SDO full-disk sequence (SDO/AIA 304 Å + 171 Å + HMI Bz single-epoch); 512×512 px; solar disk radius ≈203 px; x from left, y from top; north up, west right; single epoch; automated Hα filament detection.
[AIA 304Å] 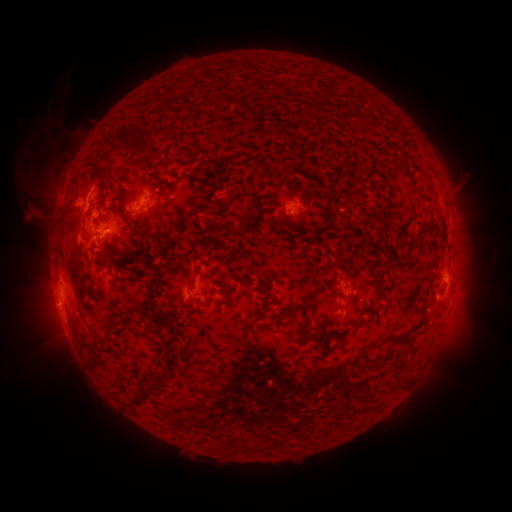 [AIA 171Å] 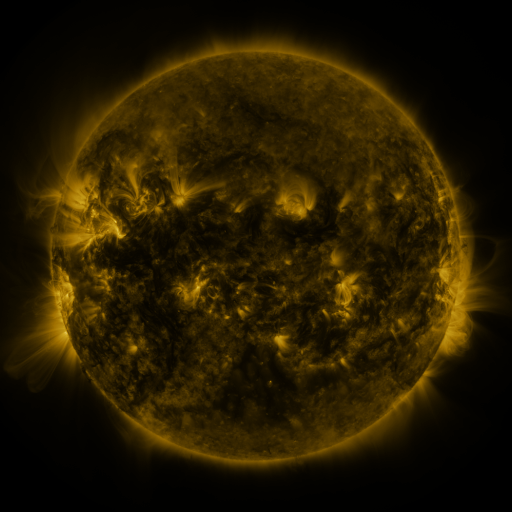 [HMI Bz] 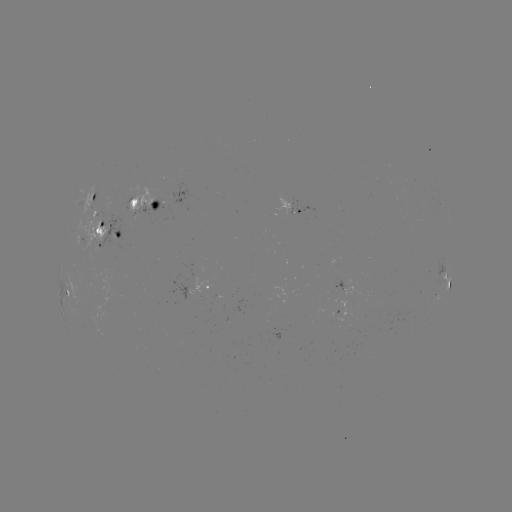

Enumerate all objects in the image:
filament: <bbox>143, 97, 160, 113</bbox>
filament: <bbox>113, 125, 146, 155</bbox>
filament: <bbox>81, 148, 101, 170</bbox>
filament: <bbox>282, 162, 294, 174</bbox>
filament: <bbox>87, 163, 110, 197</bbox>
filament: <bbox>86, 180, 97, 189</bbox>
filament: <bbox>128, 200, 136, 210</bbox>
filament: <bbox>118, 202, 126, 219</bbox>
filament: <bbox>94, 223, 104, 239</bbox>
filament: <bbox>136, 224, 147, 233</bbox>
filament: <bbox>115, 257, 140, 267</bbox>
filament: <bbox>146, 279, 159, 306</bbox>
filament: <bbox>276, 305, 295, 326</bbox>
filament: <bbox>390, 331, 410, 342</bbox>
filament: <bbox>78, 332, 101, 358</bbox>
filament: <bbox>107, 333, 115, 341</bbox>
filament: <bbox>165, 339, 175, 353</bbox>
filament: <bbox>392, 360, 406, 388</bbox>
filament: <bbox>144, 372, 168, 399</bbox>
filament: <bbox>268, 444, 276, 453</bbox>
